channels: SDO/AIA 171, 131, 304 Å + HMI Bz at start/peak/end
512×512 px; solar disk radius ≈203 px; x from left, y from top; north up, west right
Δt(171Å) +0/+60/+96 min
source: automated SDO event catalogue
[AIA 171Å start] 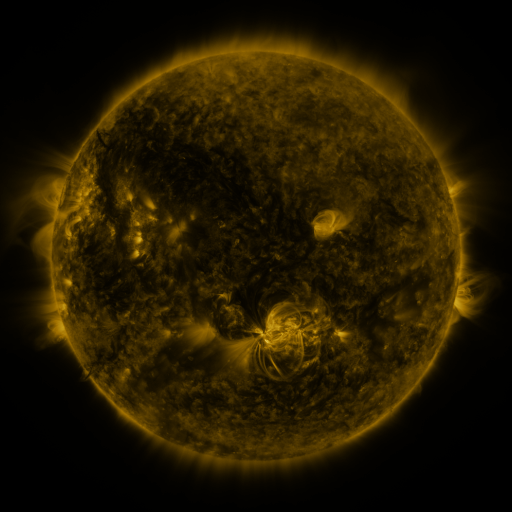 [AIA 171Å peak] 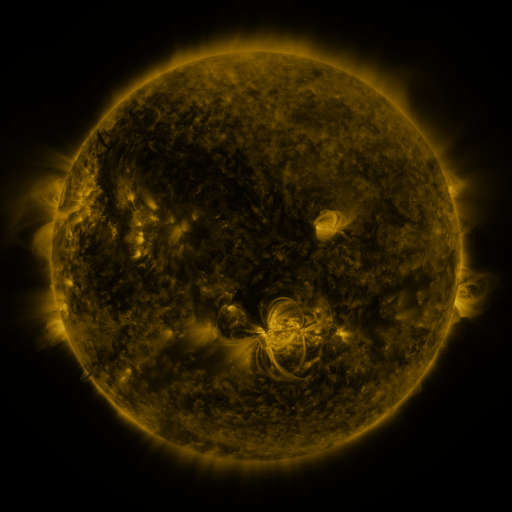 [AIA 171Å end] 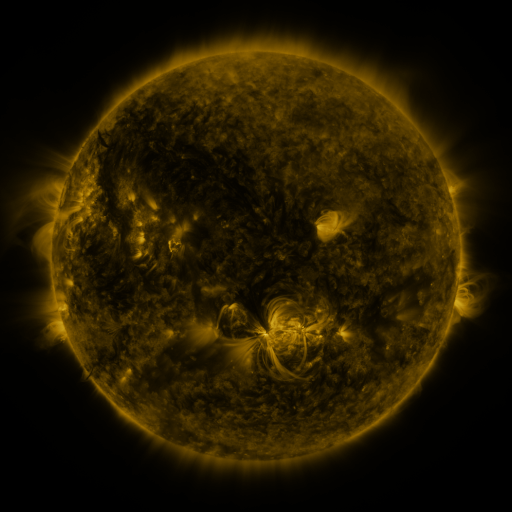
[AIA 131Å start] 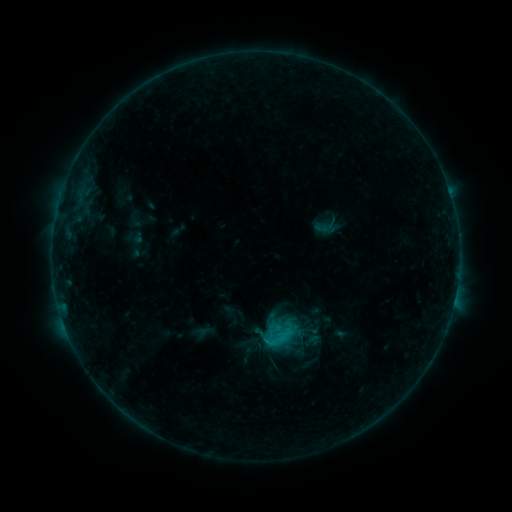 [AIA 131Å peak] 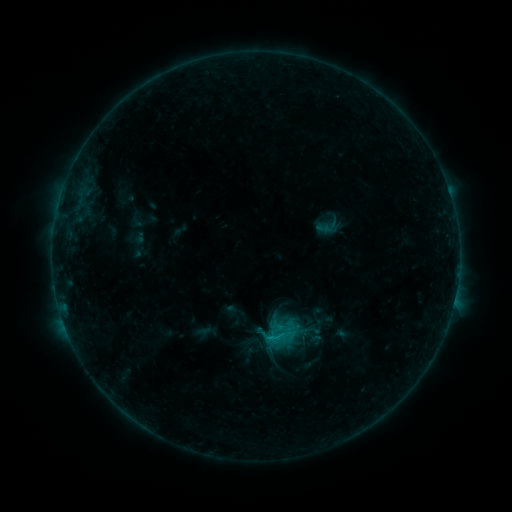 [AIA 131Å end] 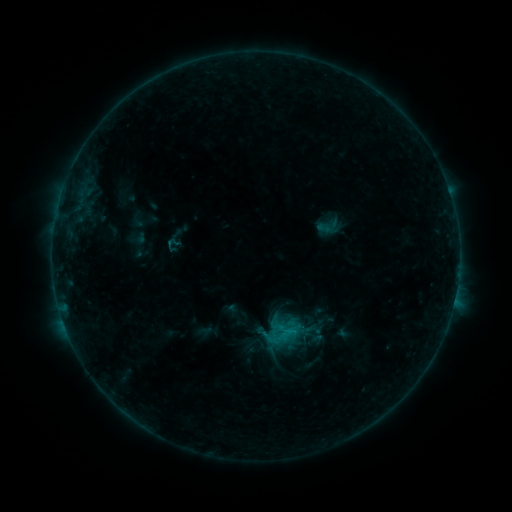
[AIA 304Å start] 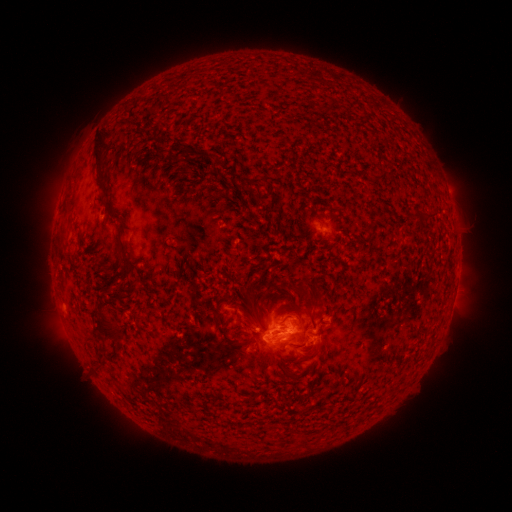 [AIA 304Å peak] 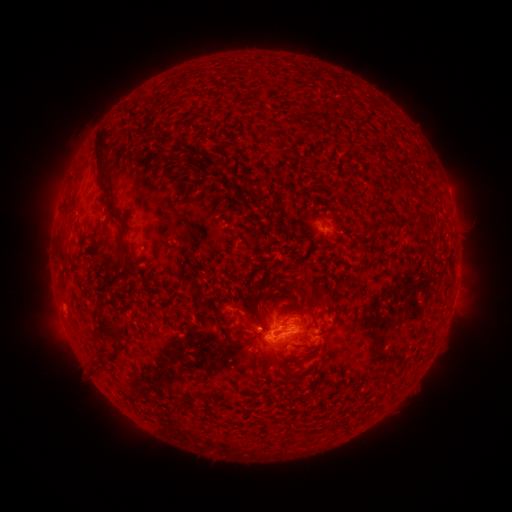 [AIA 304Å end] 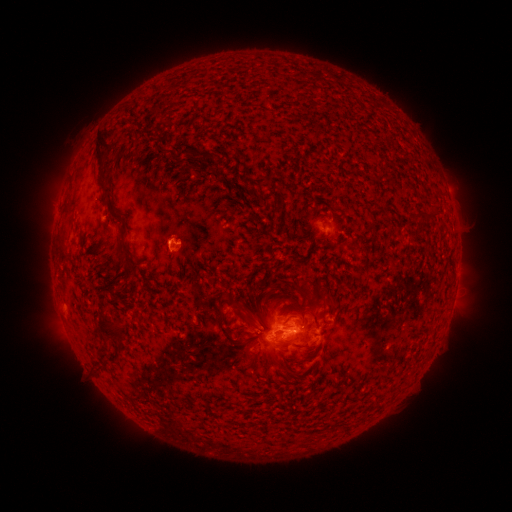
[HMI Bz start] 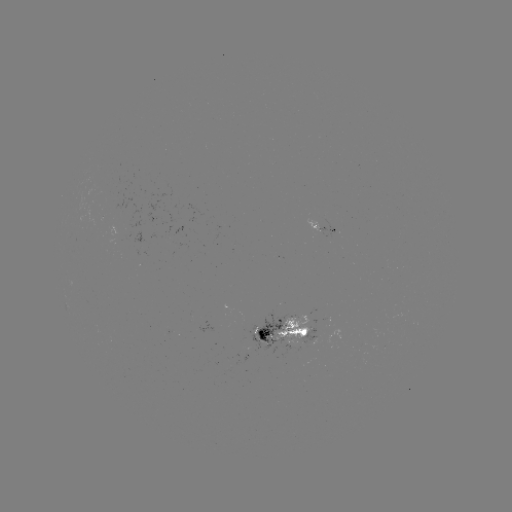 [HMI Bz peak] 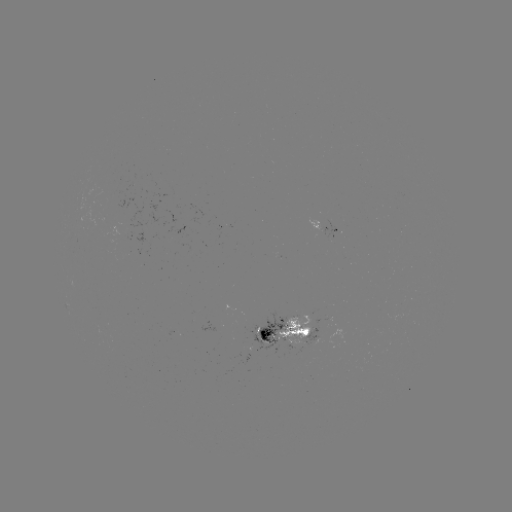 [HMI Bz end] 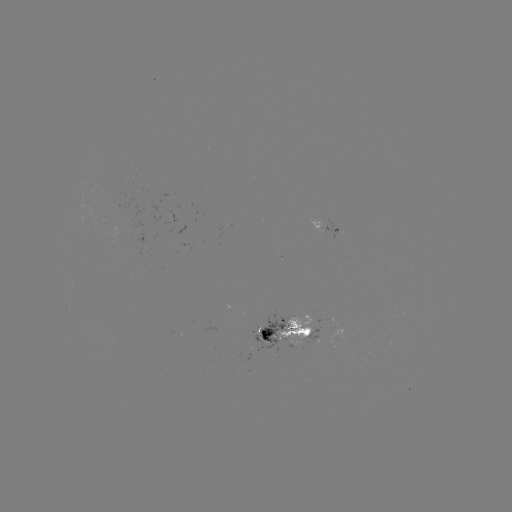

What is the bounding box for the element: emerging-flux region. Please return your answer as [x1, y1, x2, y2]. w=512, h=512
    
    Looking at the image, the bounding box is [126, 219, 142, 231].